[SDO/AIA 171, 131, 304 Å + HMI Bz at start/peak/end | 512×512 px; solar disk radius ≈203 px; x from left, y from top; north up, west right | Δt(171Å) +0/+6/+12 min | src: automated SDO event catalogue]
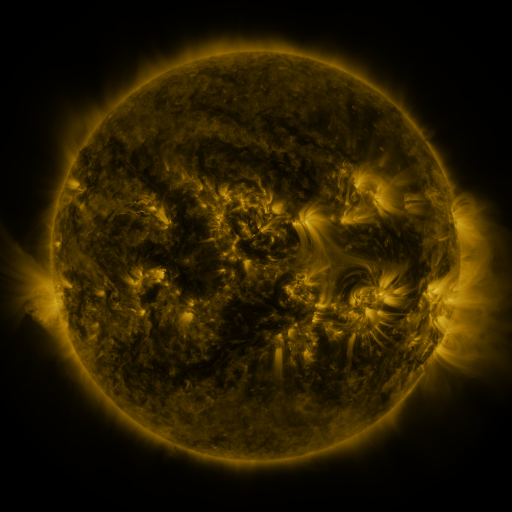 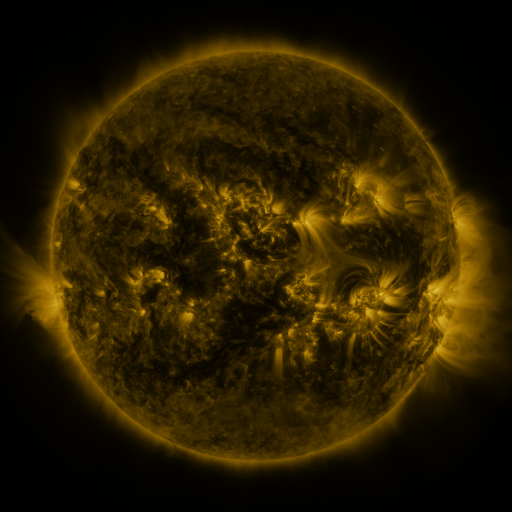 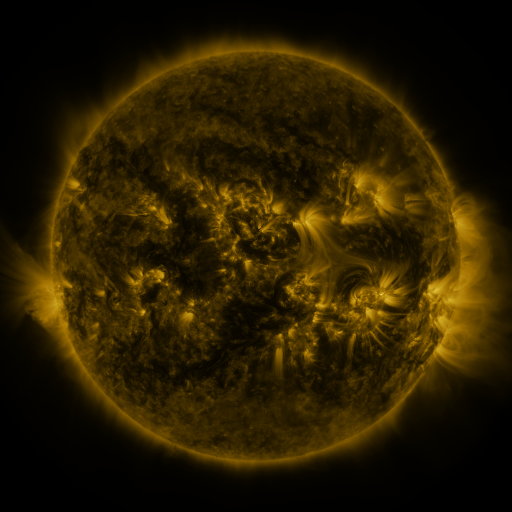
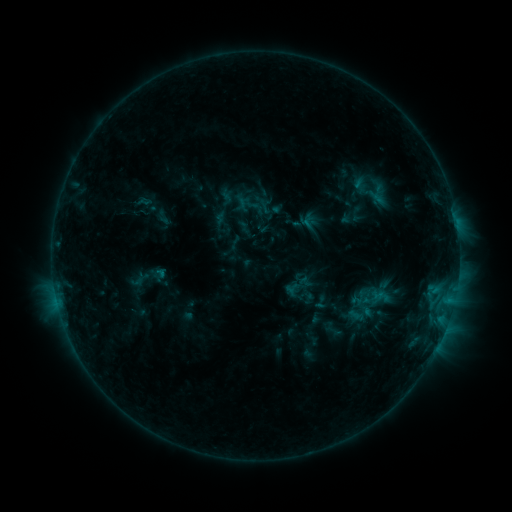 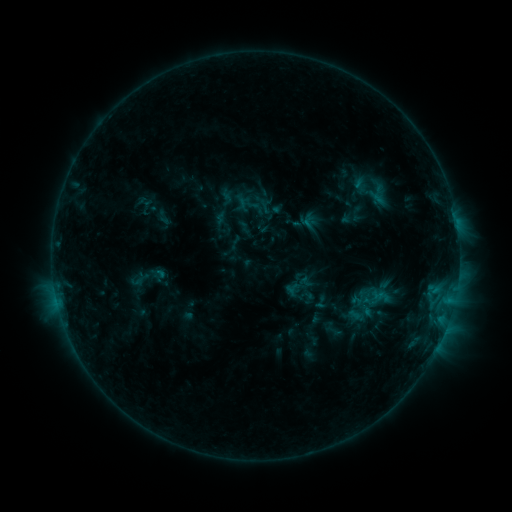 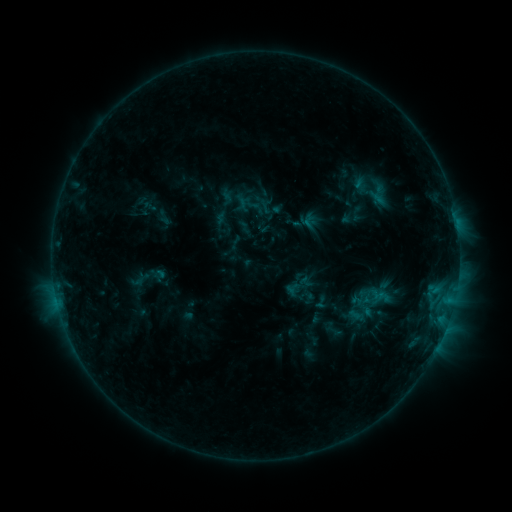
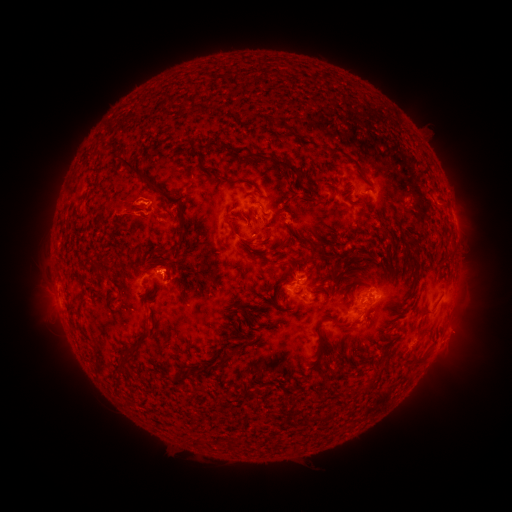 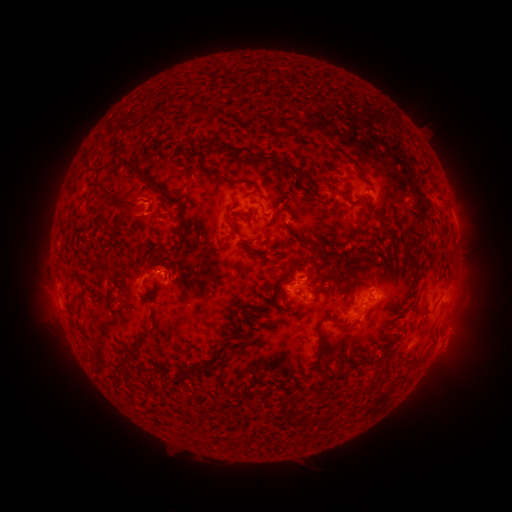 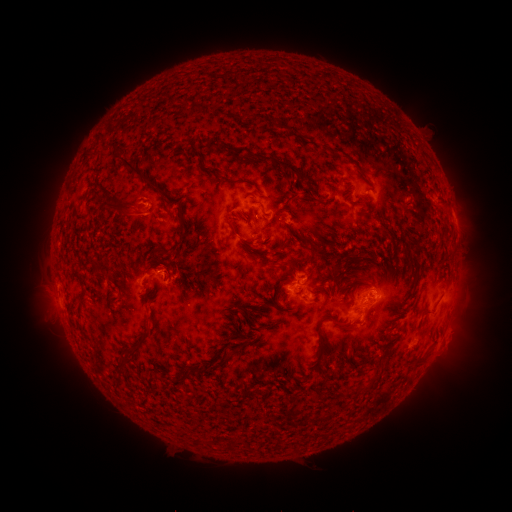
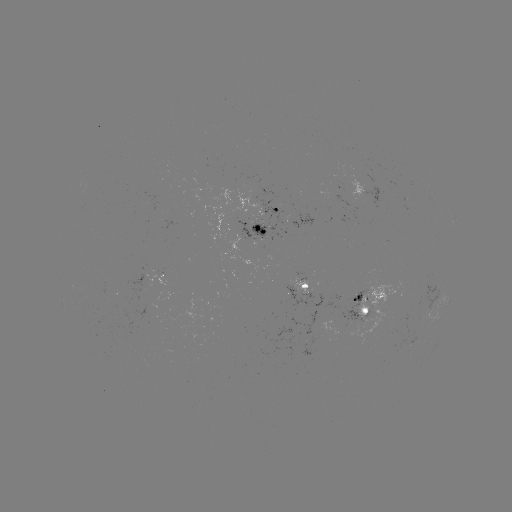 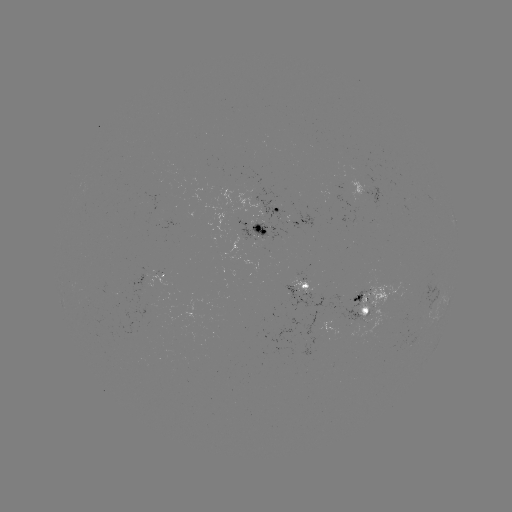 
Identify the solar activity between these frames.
no catalogued flare and no flagged EUV brightening in this window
